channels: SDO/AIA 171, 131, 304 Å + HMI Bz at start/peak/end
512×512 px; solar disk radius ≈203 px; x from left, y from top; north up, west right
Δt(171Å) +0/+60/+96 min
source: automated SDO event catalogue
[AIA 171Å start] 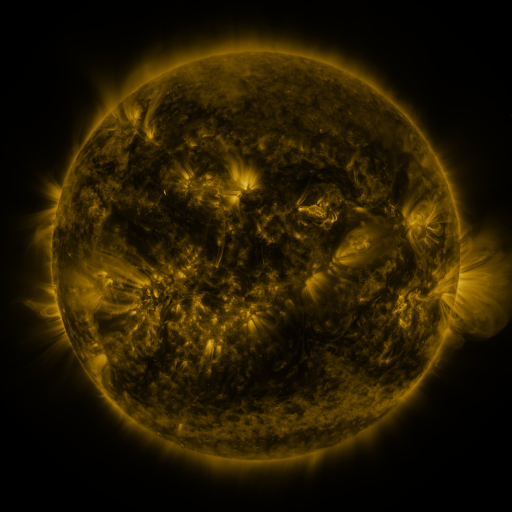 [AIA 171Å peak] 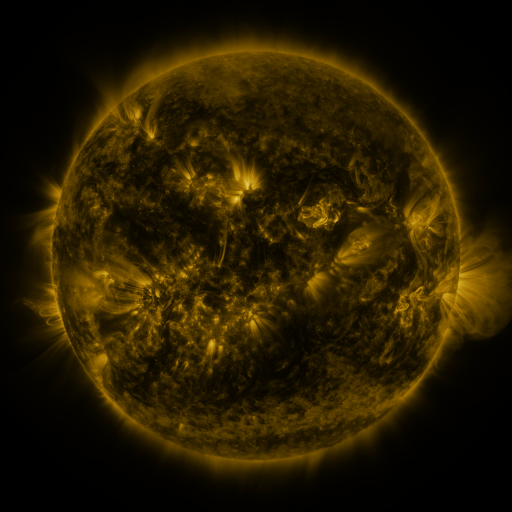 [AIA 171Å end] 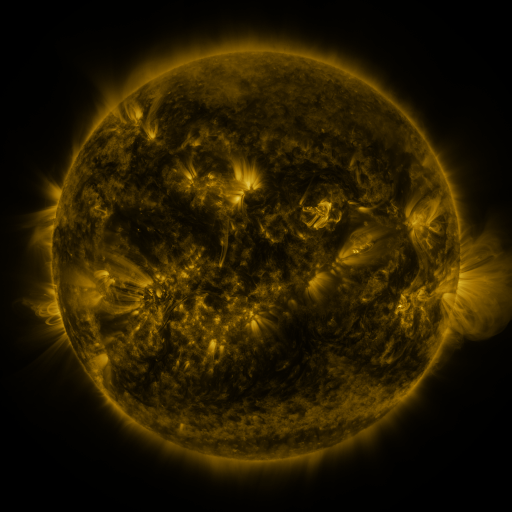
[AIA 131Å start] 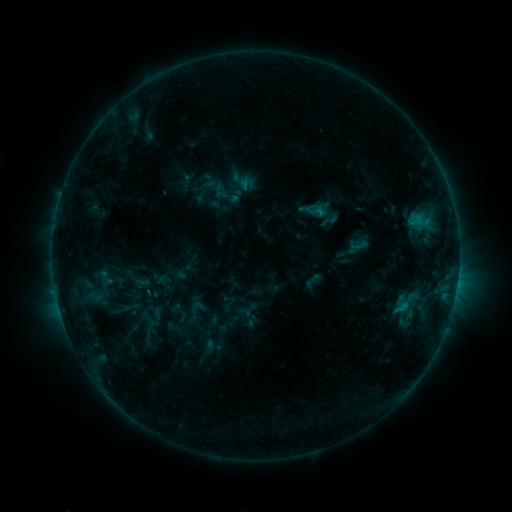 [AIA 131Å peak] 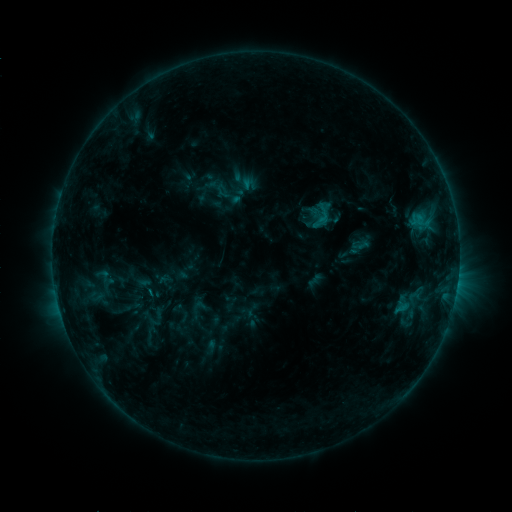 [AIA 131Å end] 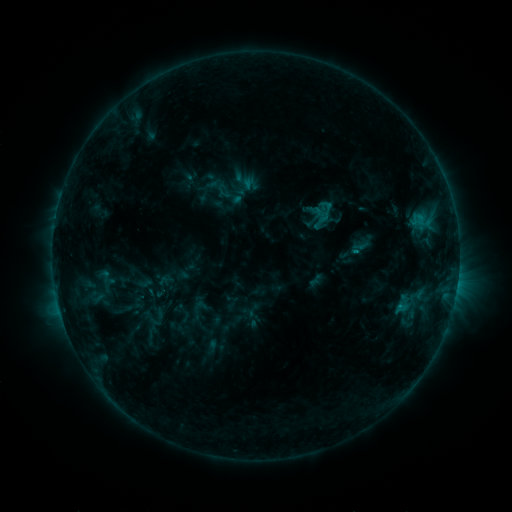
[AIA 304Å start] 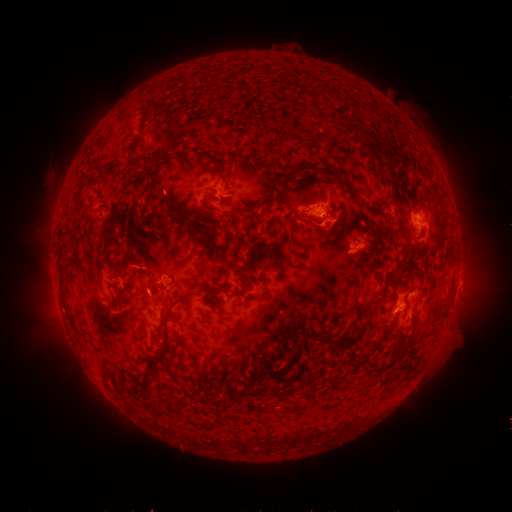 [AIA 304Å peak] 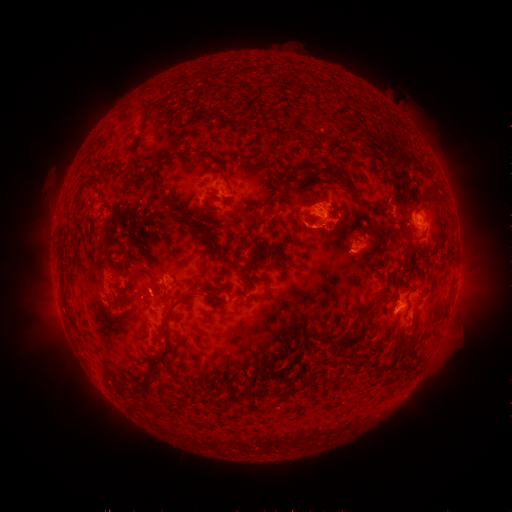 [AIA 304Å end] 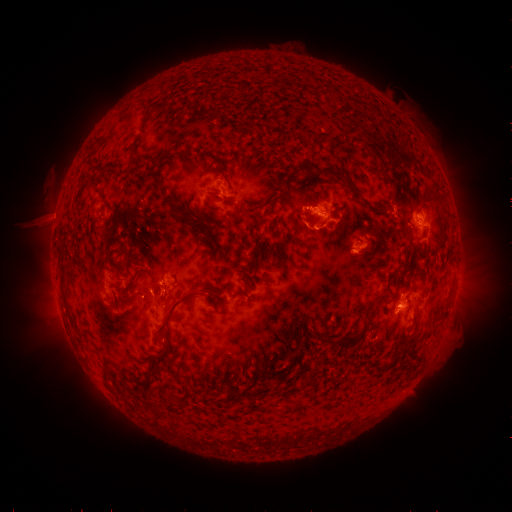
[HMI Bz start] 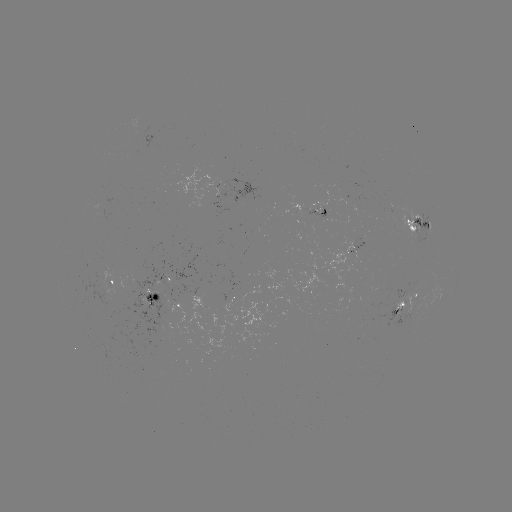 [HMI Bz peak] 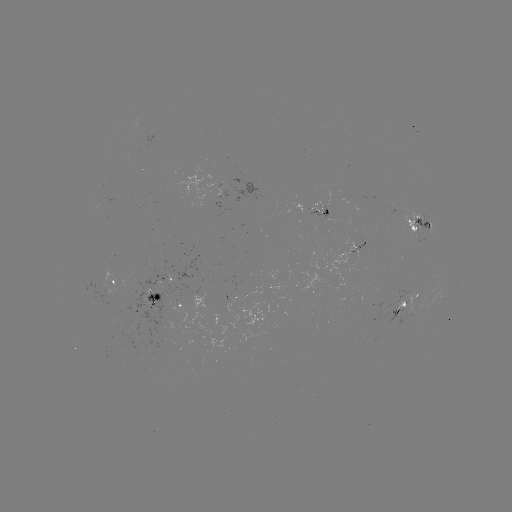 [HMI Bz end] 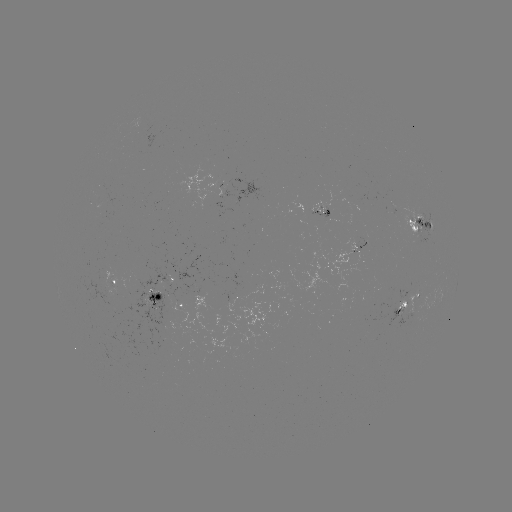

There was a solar emerging-flux region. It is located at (319, 209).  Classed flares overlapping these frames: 1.